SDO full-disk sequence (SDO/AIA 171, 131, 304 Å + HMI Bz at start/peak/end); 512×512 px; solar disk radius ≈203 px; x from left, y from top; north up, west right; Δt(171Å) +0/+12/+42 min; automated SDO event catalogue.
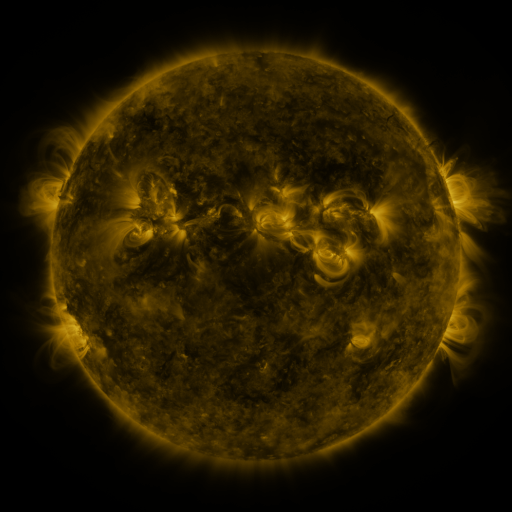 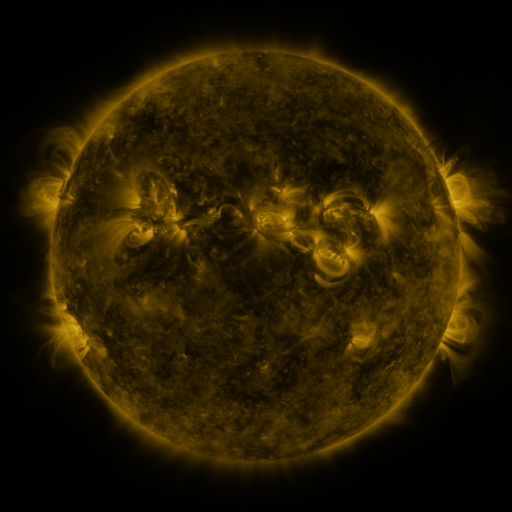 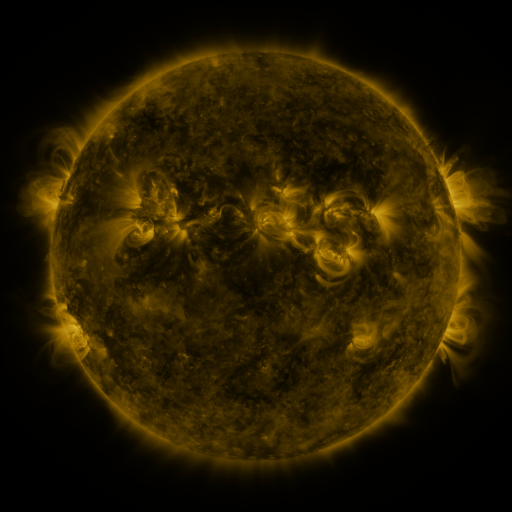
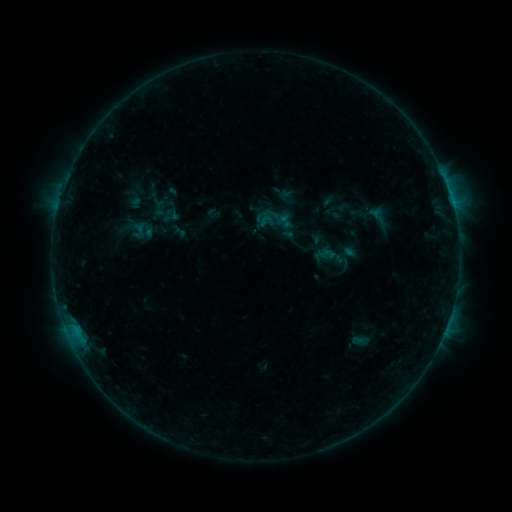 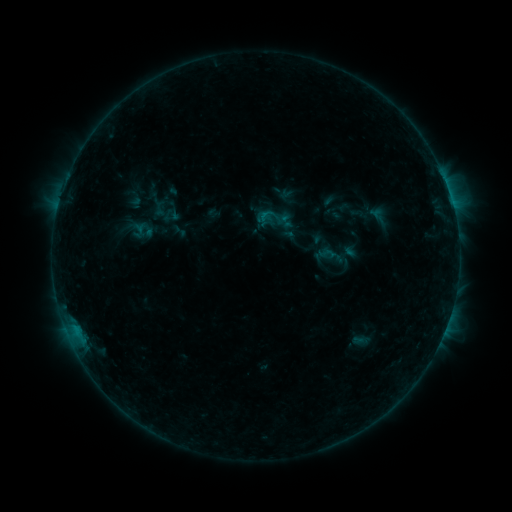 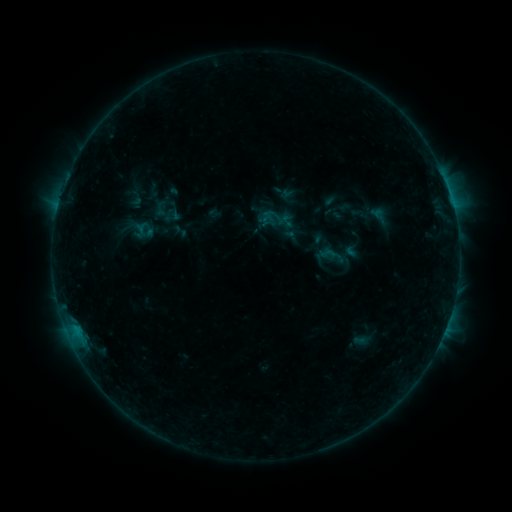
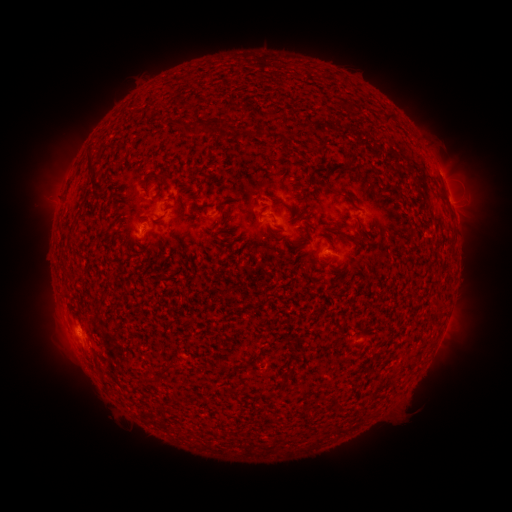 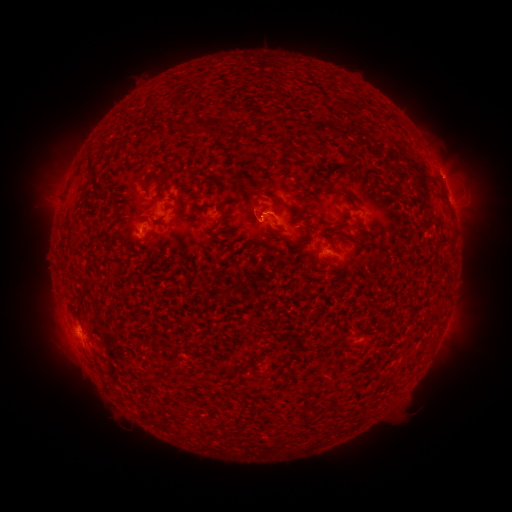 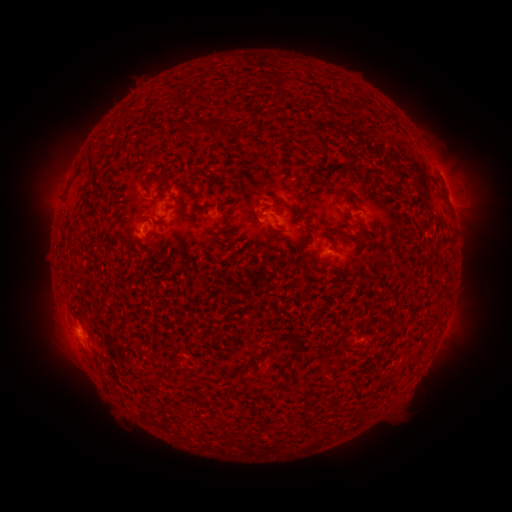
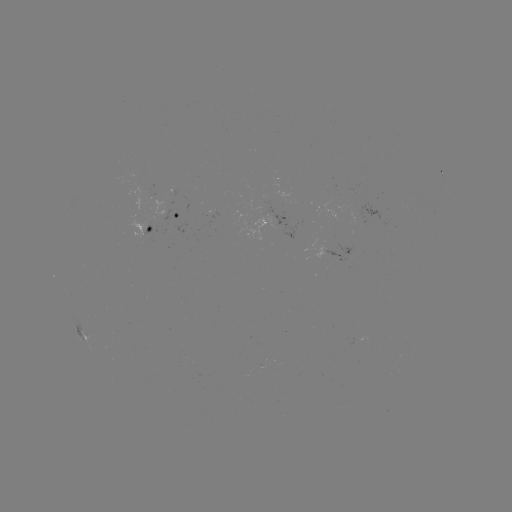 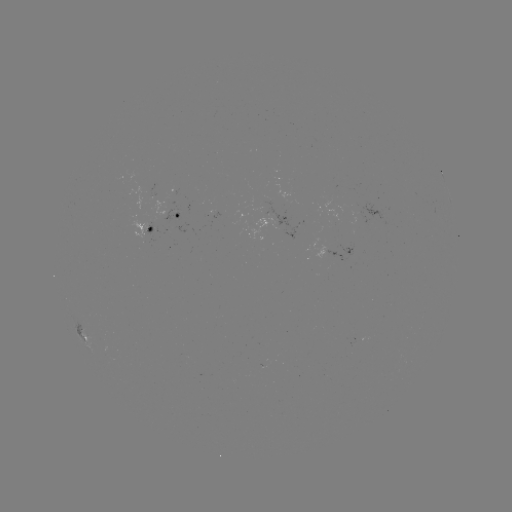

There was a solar flare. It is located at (262, 217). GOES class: B3.7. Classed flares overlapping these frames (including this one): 1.